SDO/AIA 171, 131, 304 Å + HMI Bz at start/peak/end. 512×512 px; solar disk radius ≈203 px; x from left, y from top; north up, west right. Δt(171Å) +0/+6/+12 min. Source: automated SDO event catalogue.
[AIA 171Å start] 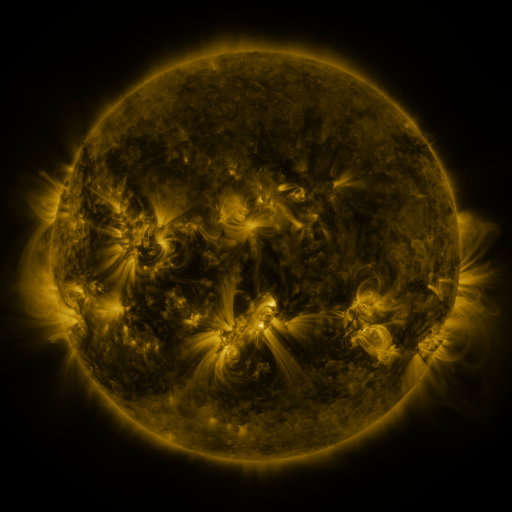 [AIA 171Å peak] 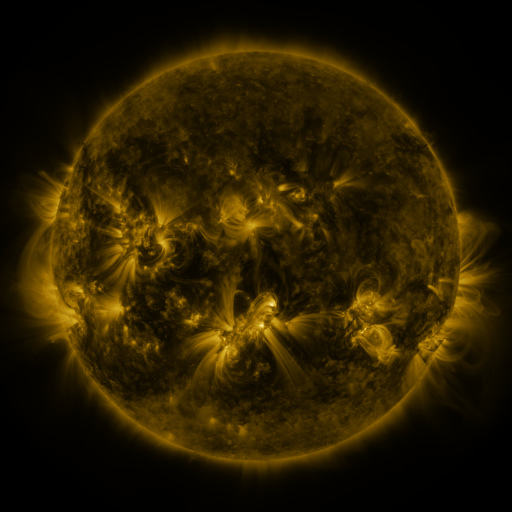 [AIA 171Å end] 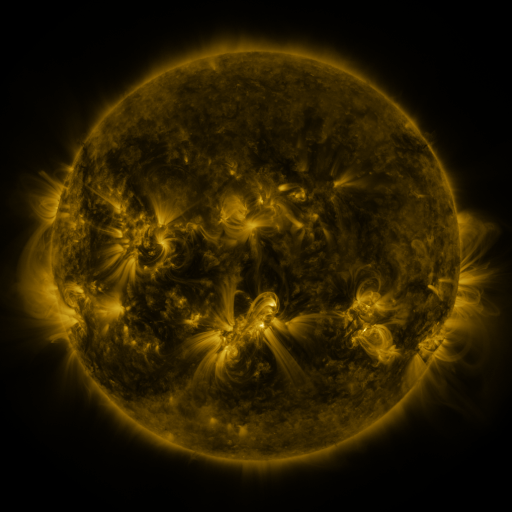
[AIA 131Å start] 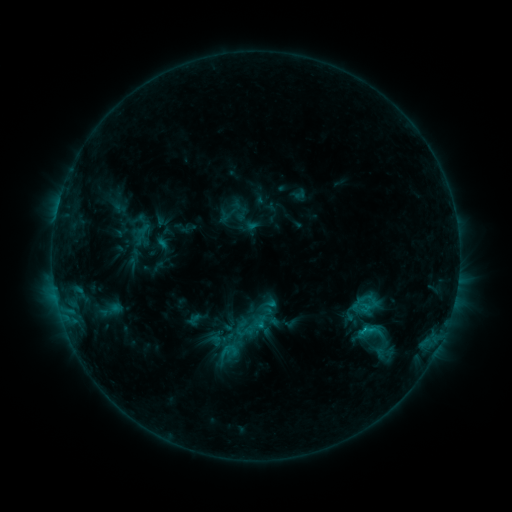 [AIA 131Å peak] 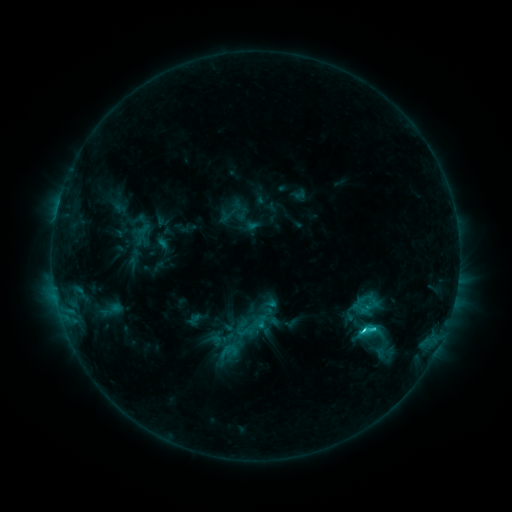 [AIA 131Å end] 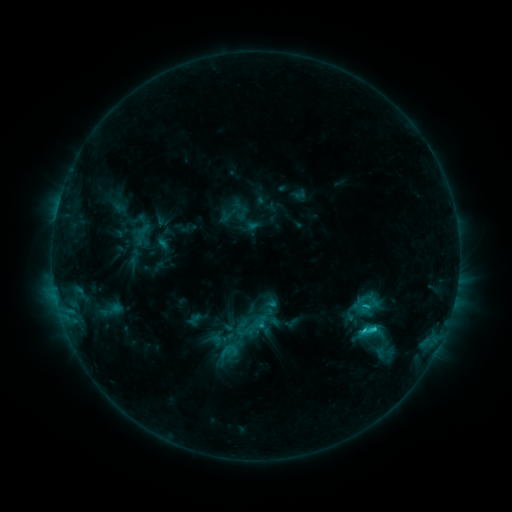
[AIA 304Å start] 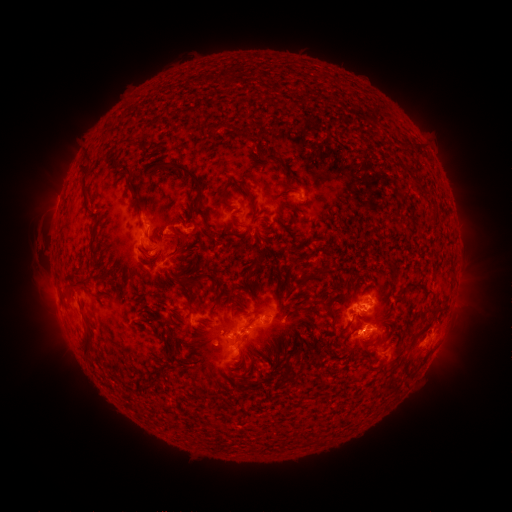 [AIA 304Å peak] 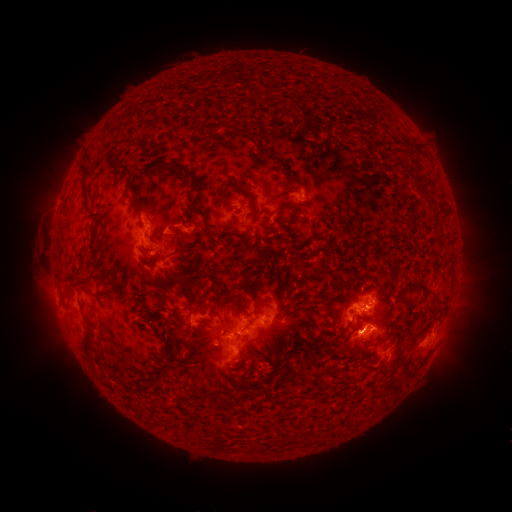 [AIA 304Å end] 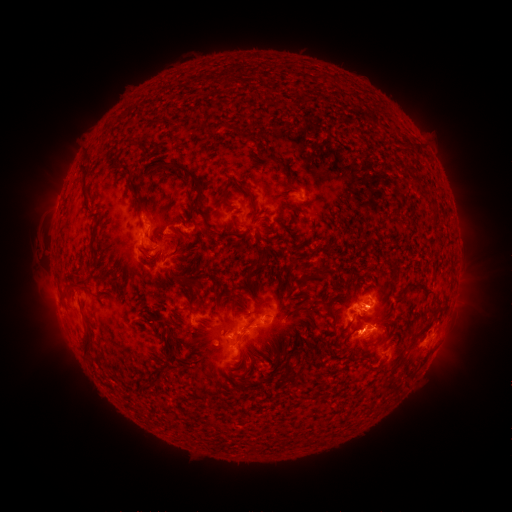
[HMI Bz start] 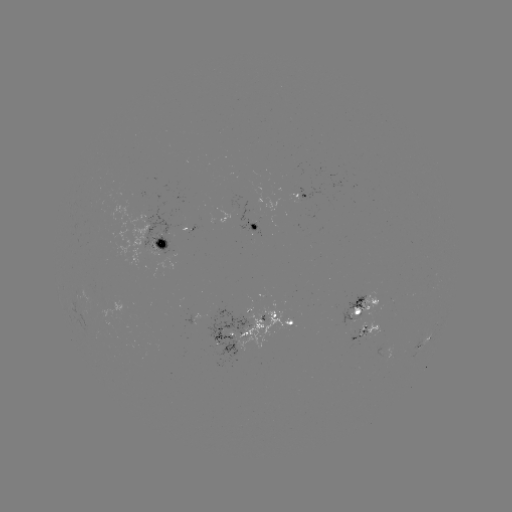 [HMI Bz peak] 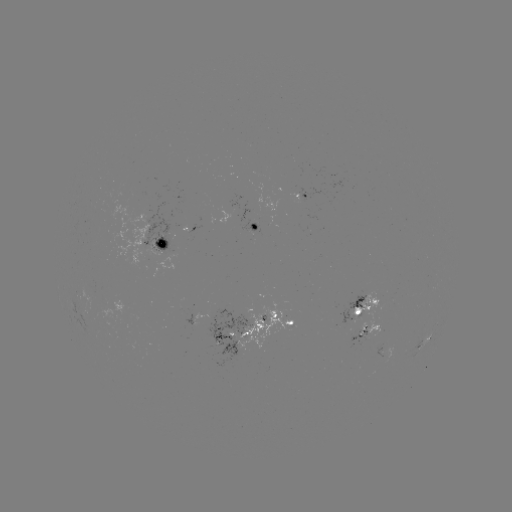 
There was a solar flare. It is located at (363, 329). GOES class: C2.7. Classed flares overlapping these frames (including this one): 1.